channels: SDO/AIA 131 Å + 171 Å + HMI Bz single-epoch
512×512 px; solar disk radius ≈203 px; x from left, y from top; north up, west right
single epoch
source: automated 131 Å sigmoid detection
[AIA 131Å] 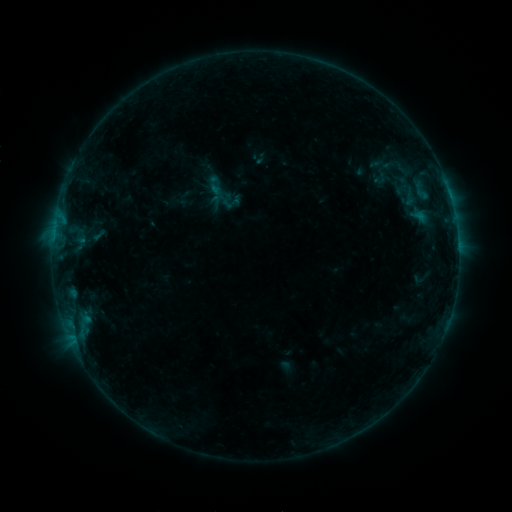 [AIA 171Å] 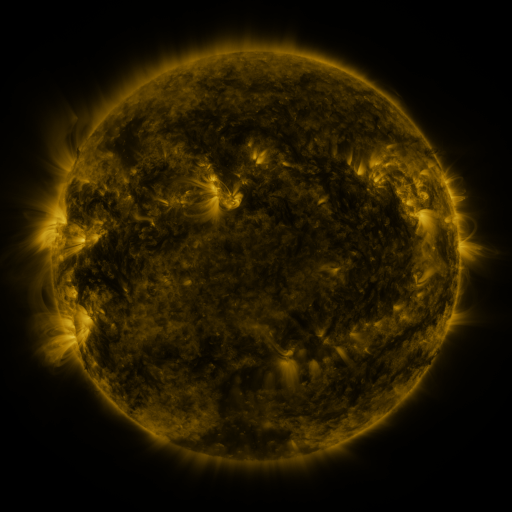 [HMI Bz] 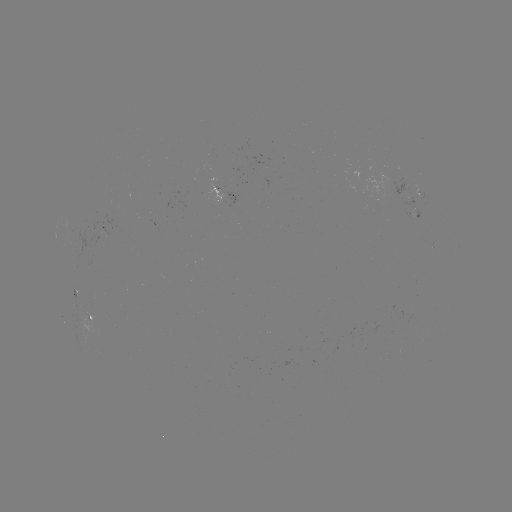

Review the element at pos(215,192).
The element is sigmoid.